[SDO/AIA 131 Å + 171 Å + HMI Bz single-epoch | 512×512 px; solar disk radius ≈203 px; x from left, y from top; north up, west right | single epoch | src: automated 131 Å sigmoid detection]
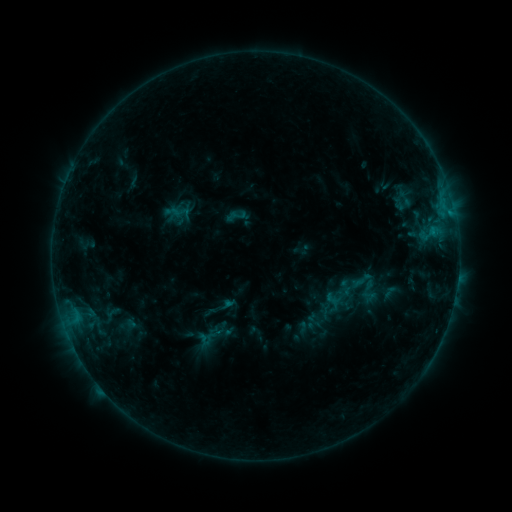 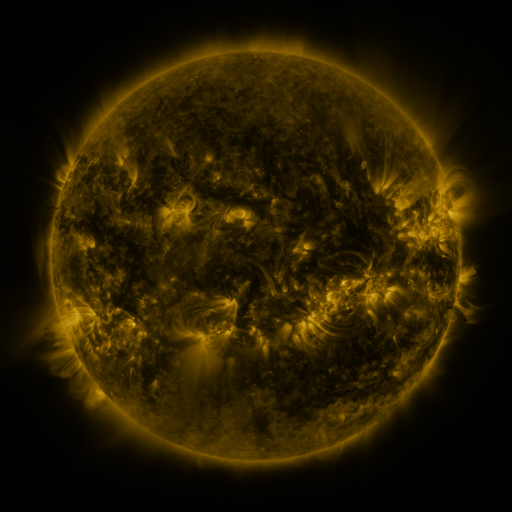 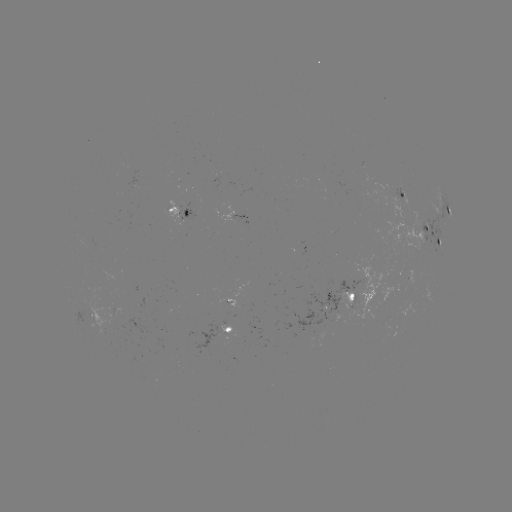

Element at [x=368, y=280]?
sigmoid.